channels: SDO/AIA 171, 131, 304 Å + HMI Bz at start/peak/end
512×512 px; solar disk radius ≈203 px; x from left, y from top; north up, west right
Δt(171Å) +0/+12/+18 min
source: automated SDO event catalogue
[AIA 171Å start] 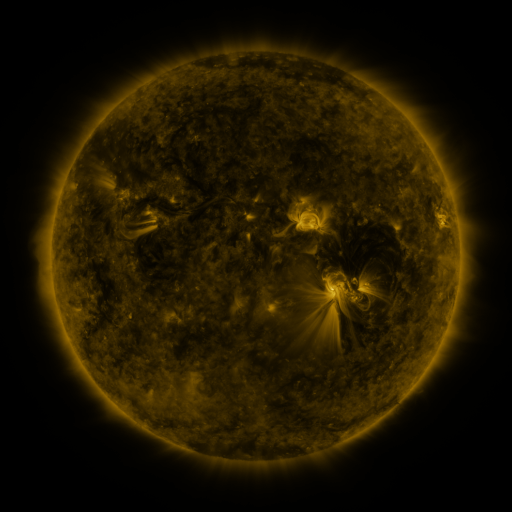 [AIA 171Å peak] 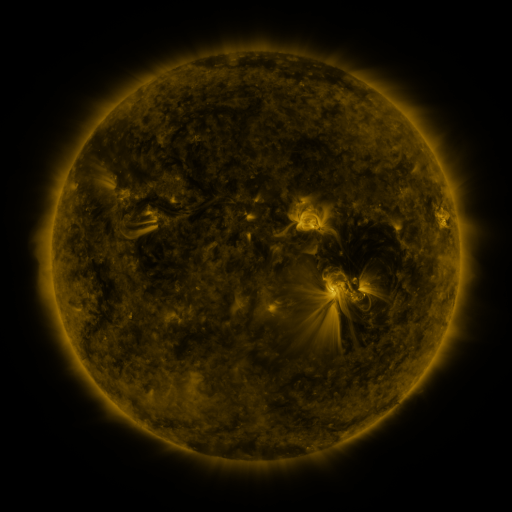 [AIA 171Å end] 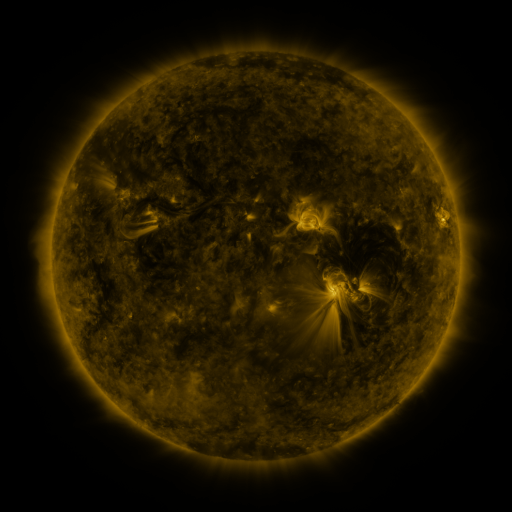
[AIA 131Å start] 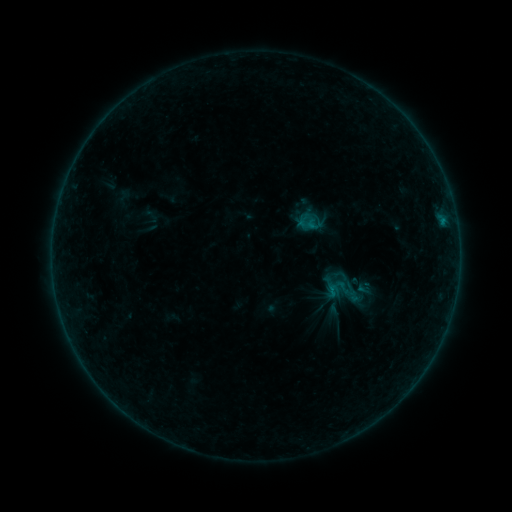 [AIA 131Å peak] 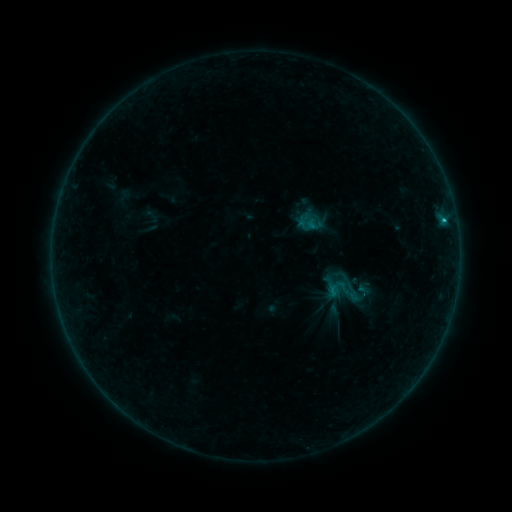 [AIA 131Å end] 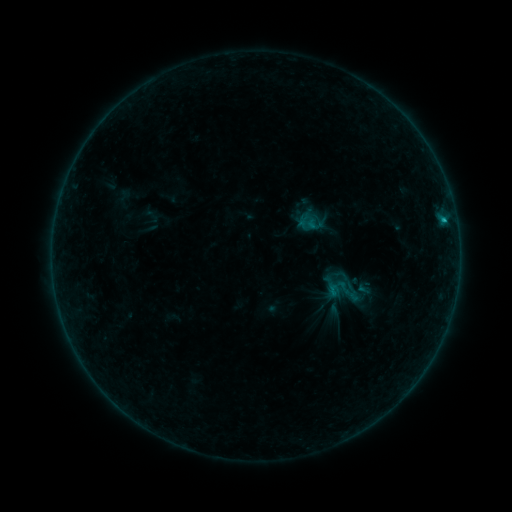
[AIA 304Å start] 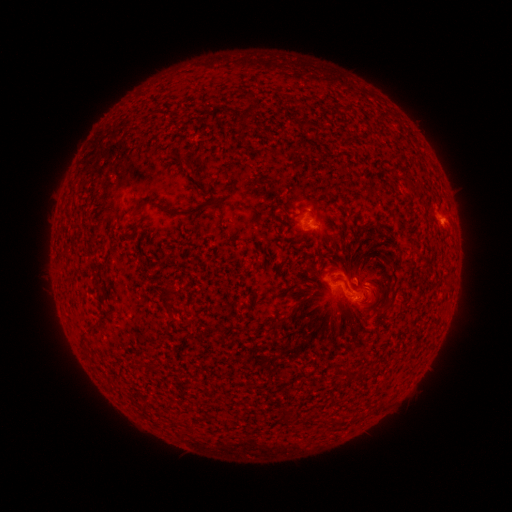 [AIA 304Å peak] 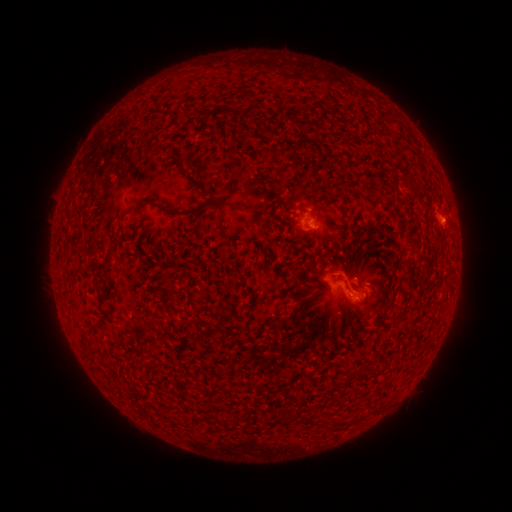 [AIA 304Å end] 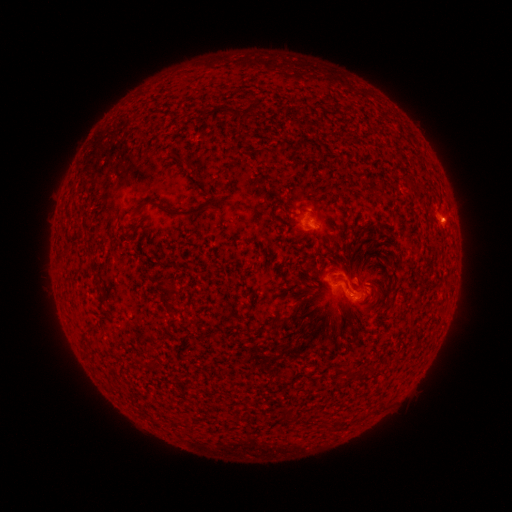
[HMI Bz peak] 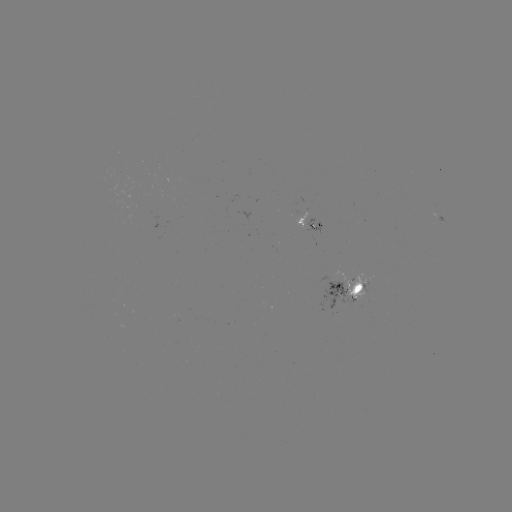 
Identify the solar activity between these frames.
B5.8 flare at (443, 222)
